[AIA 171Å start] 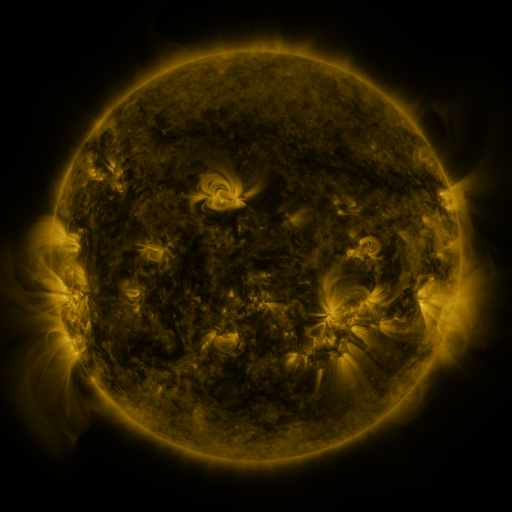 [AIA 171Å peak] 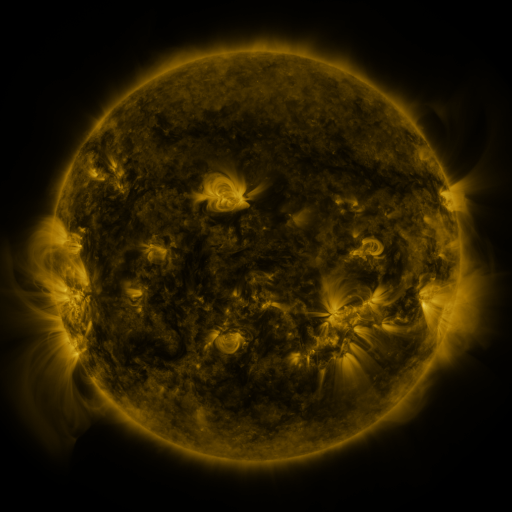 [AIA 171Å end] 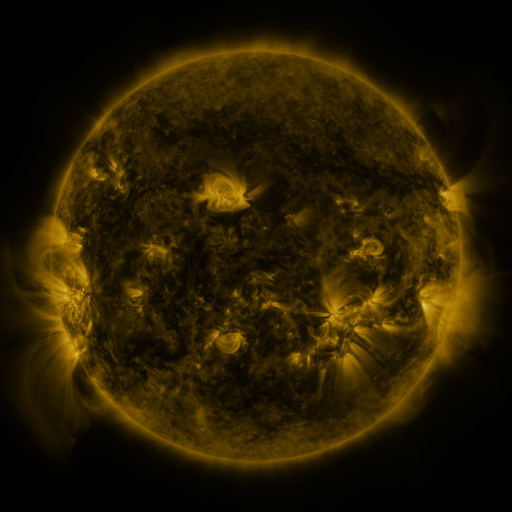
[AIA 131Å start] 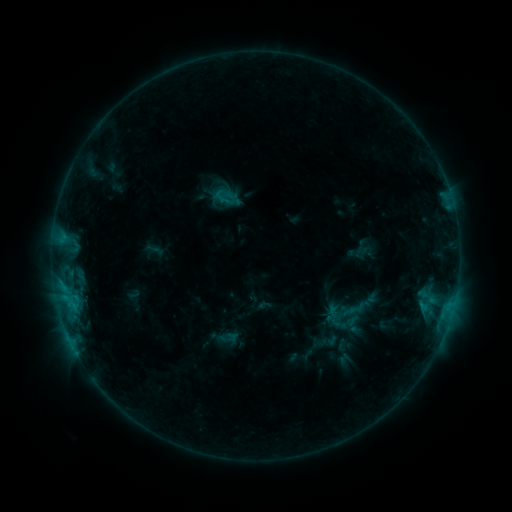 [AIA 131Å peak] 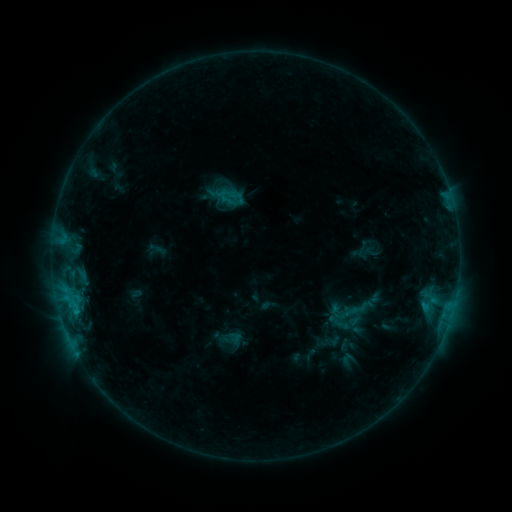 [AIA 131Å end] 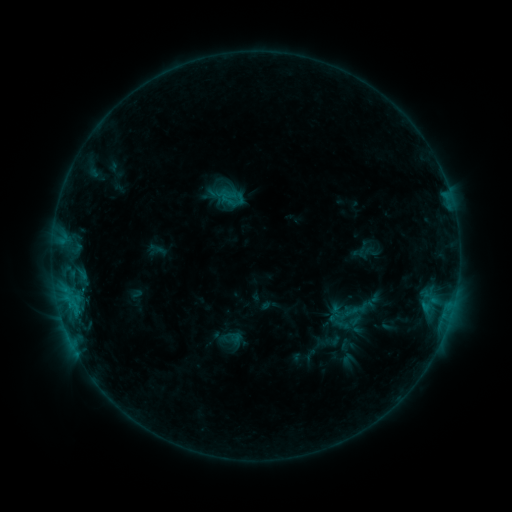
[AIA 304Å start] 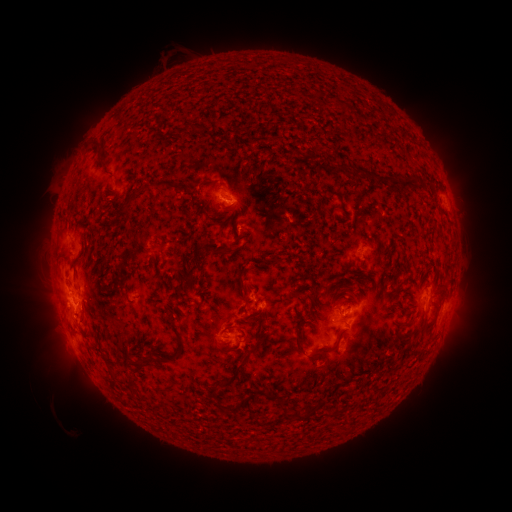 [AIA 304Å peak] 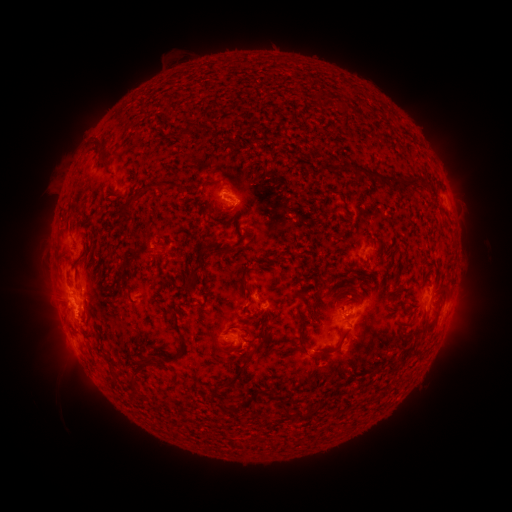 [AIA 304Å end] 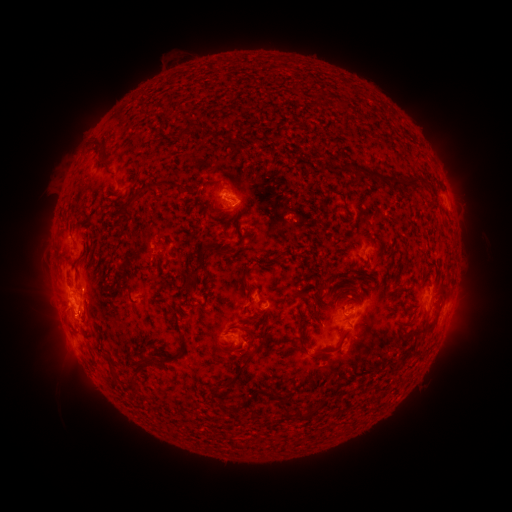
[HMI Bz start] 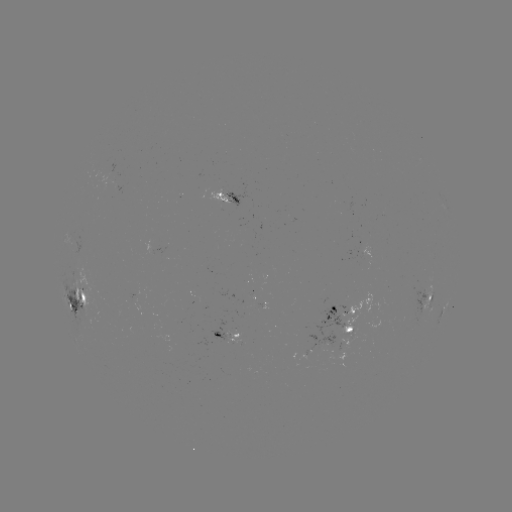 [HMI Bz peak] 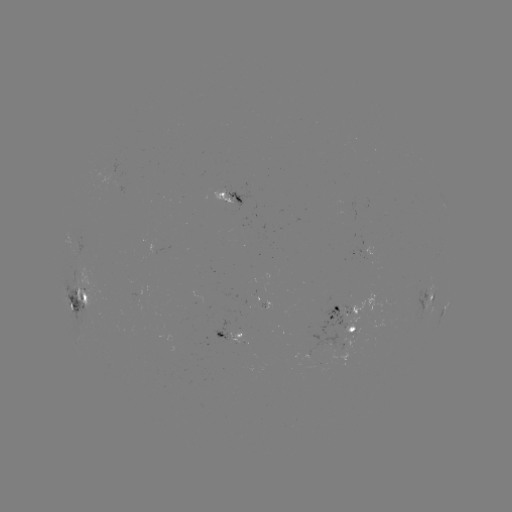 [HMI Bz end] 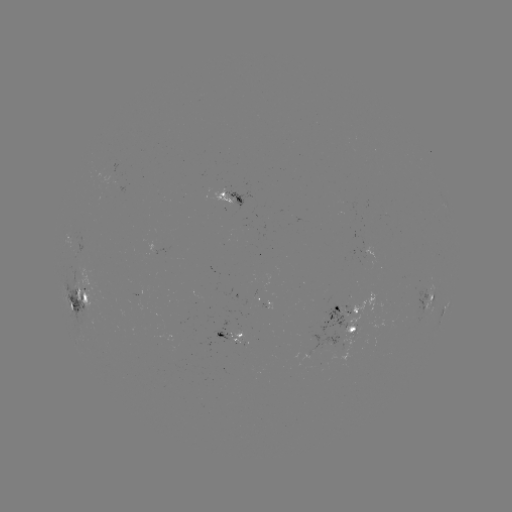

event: emerging-flux region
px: (336, 316)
